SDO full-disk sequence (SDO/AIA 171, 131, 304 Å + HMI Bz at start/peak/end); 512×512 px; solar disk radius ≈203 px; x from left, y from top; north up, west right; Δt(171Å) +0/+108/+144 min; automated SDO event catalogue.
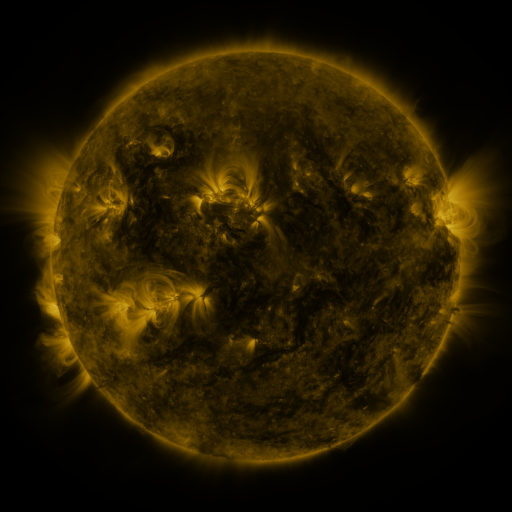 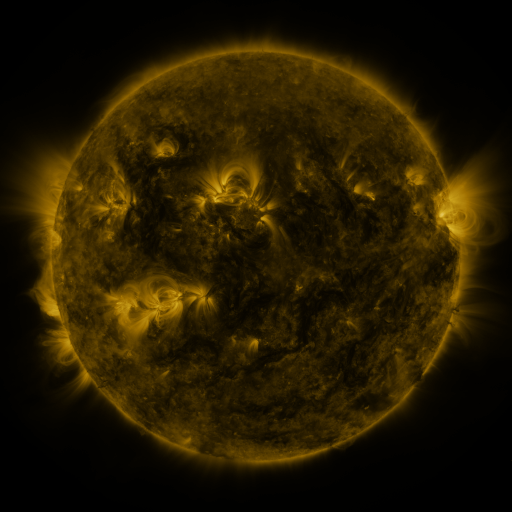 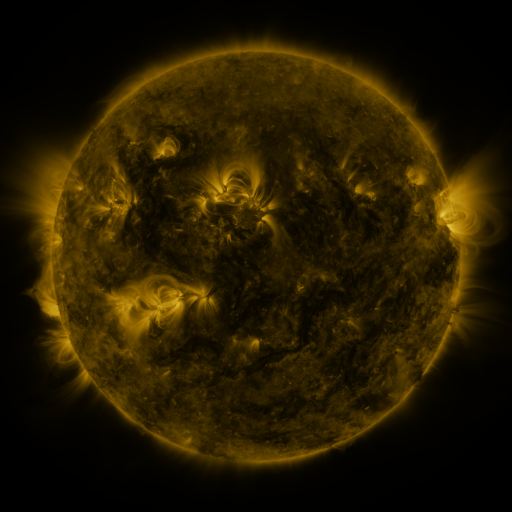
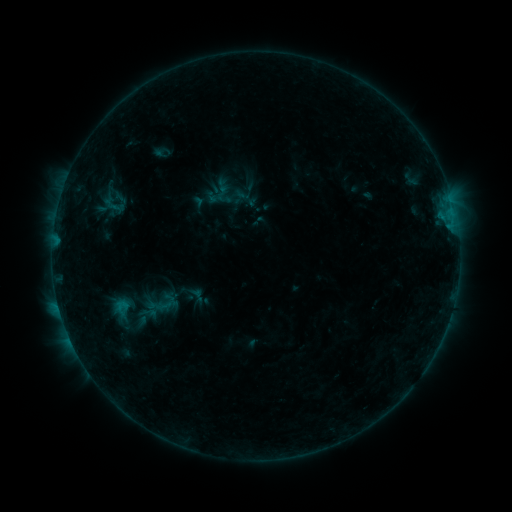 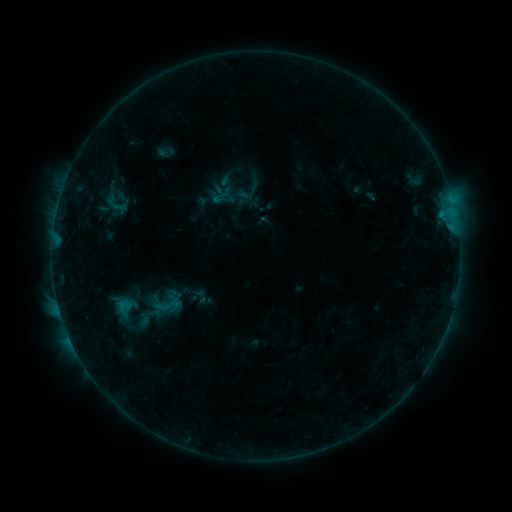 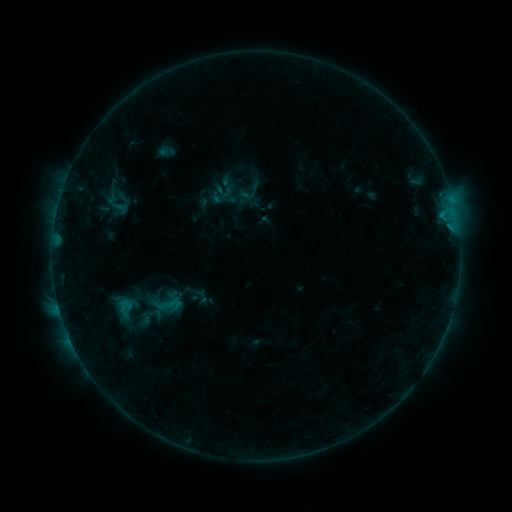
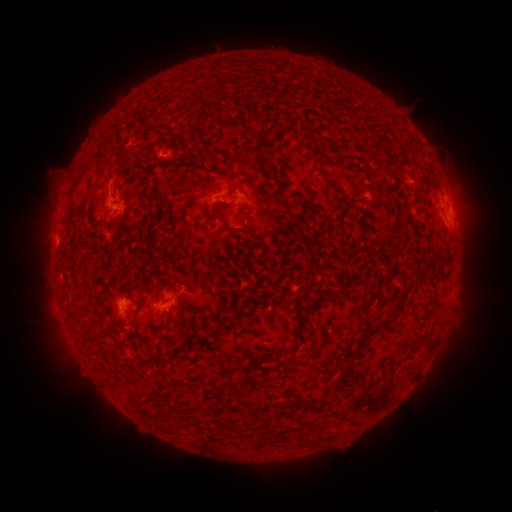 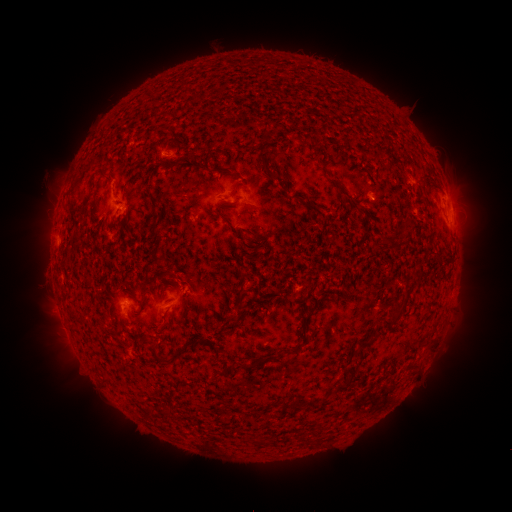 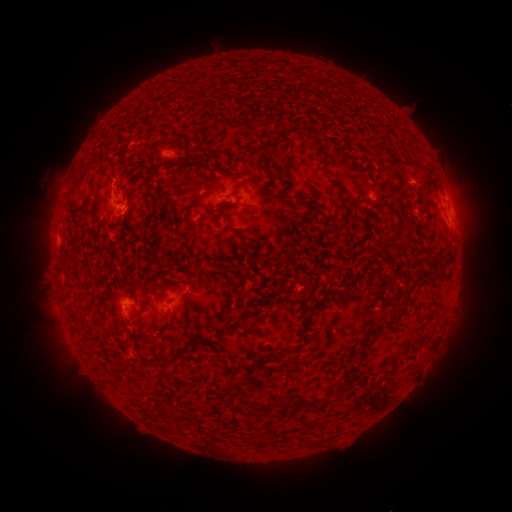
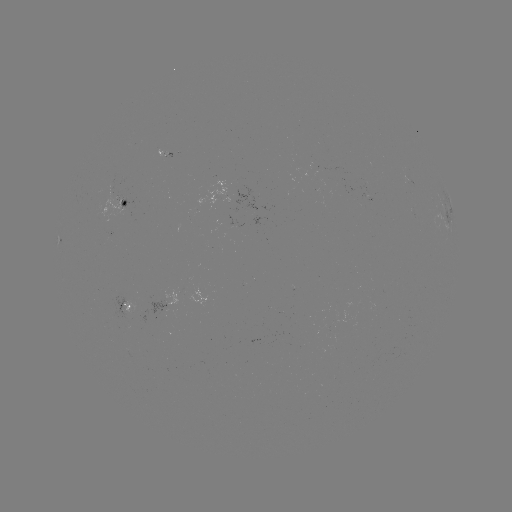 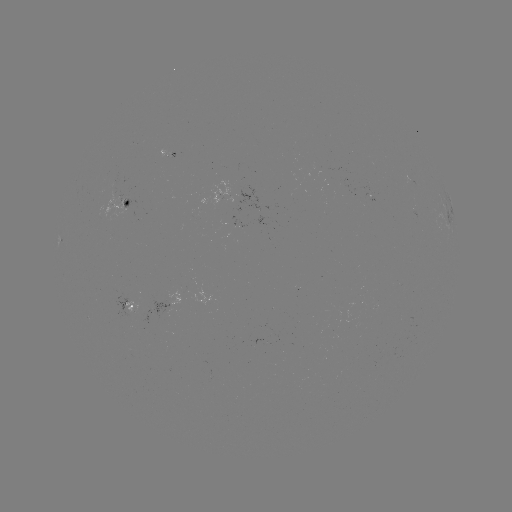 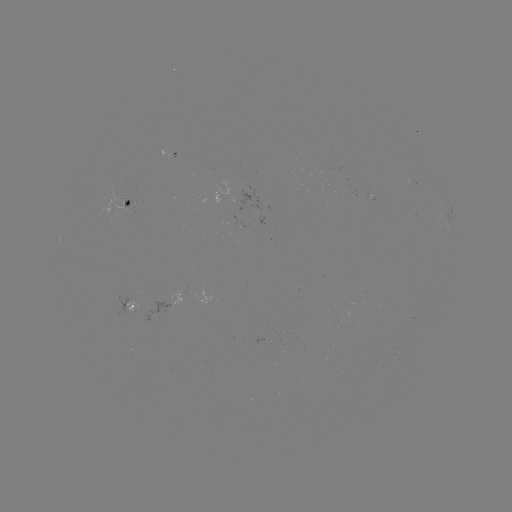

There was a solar emerging-flux region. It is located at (181, 293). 